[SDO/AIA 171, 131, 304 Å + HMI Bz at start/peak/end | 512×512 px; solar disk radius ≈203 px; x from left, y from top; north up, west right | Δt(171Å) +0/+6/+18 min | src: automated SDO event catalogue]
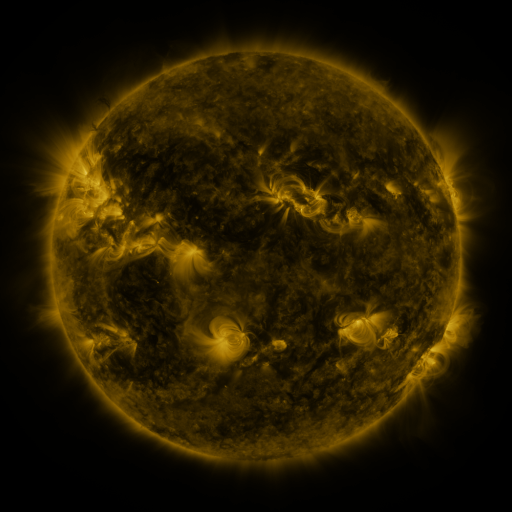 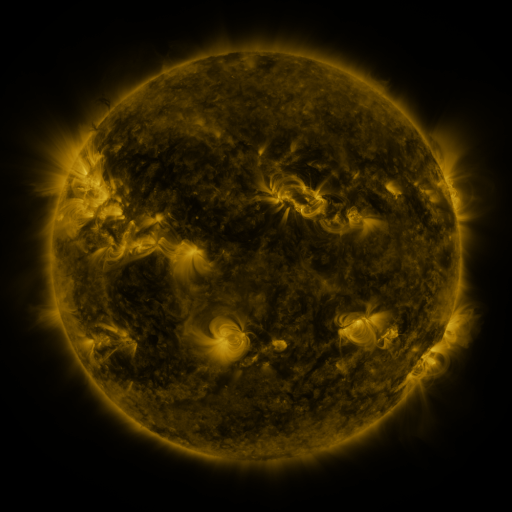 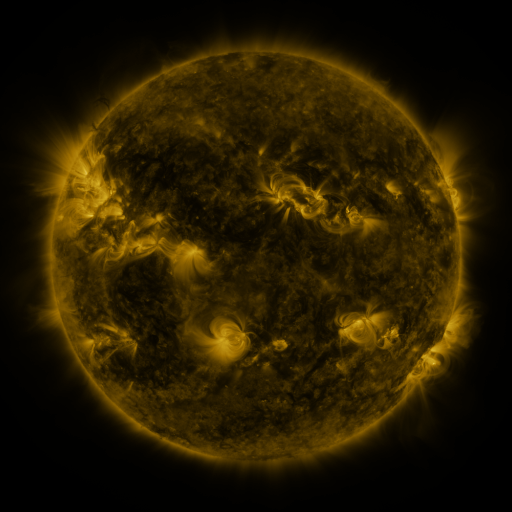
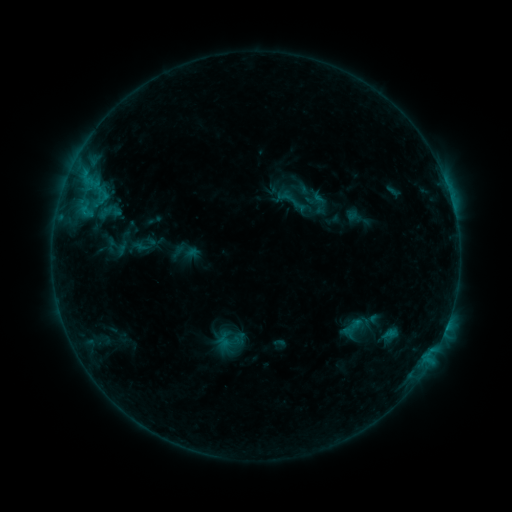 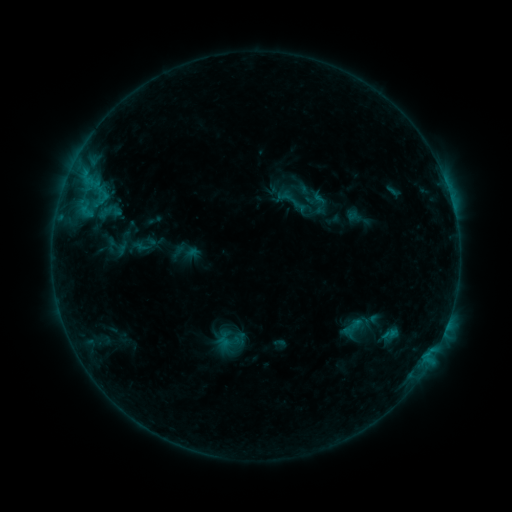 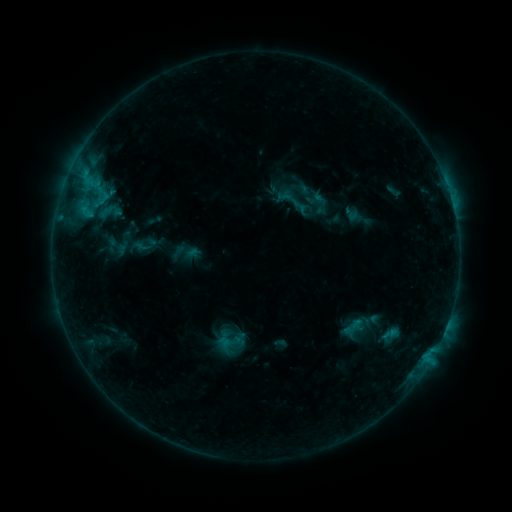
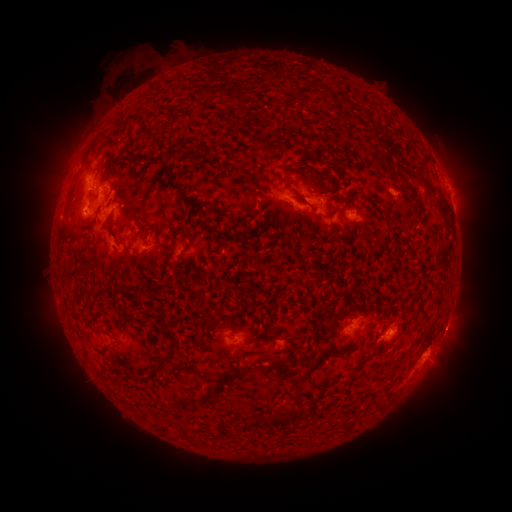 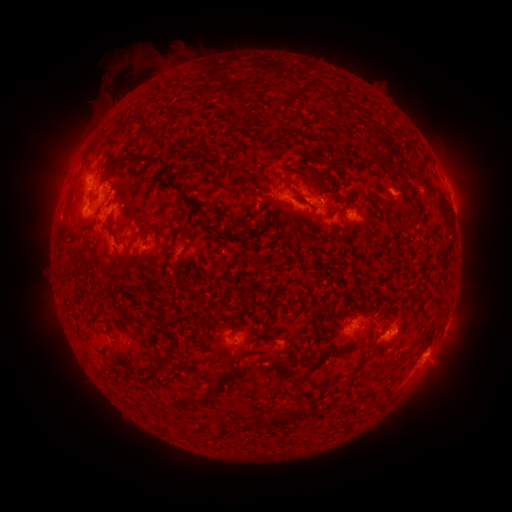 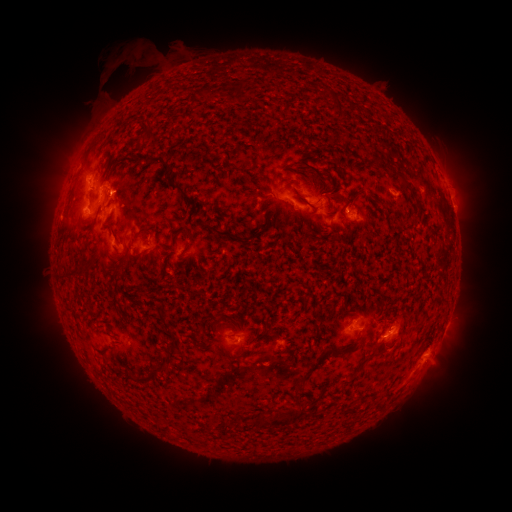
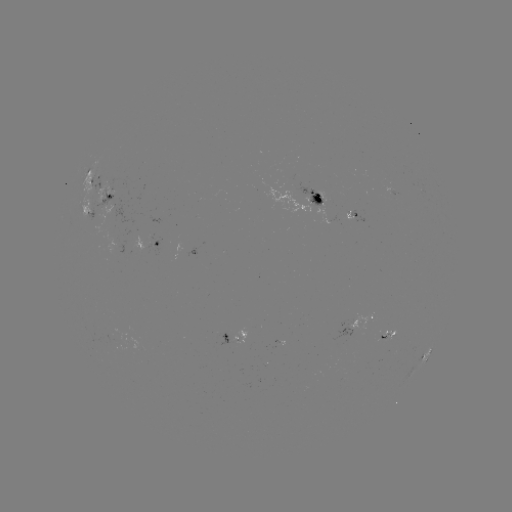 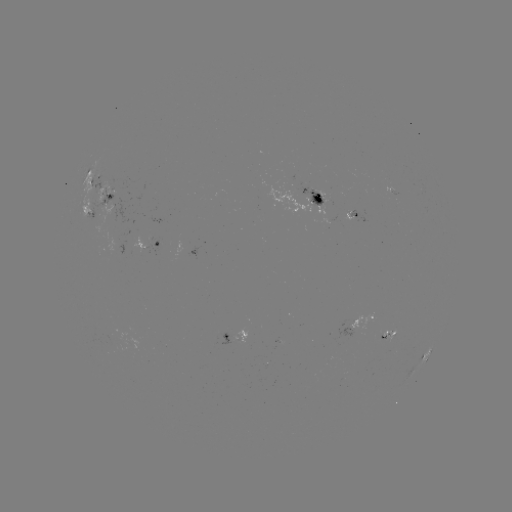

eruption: (374, 305, 419, 345)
